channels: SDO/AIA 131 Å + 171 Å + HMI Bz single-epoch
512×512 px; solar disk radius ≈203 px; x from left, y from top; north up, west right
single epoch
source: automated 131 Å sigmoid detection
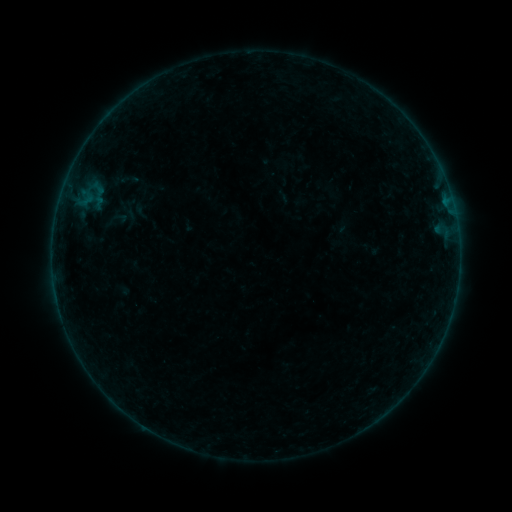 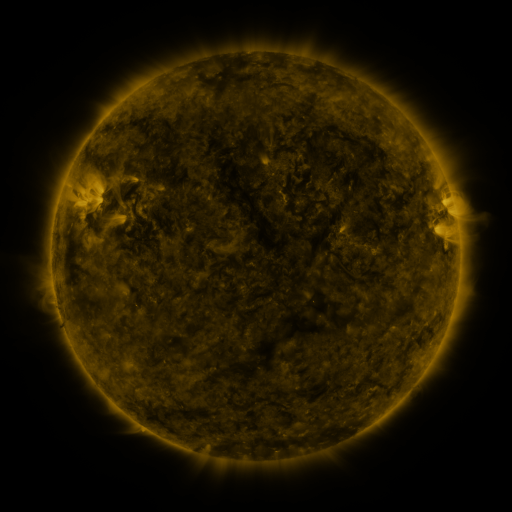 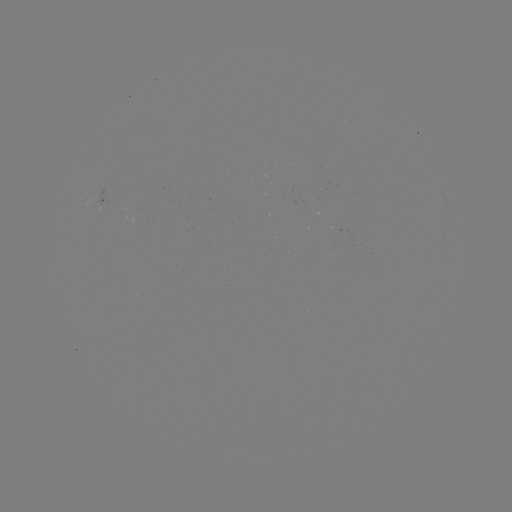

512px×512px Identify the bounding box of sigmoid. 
[107, 210, 125, 228].